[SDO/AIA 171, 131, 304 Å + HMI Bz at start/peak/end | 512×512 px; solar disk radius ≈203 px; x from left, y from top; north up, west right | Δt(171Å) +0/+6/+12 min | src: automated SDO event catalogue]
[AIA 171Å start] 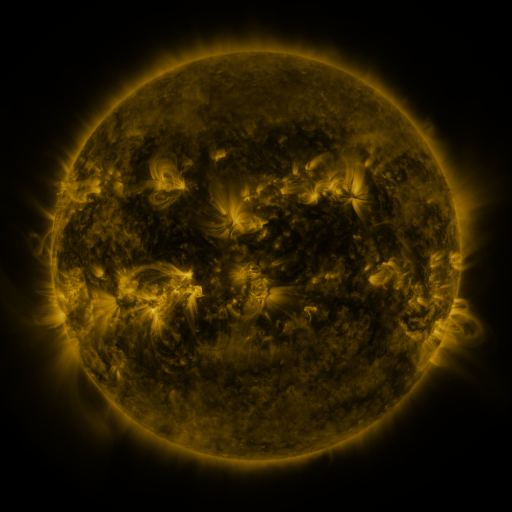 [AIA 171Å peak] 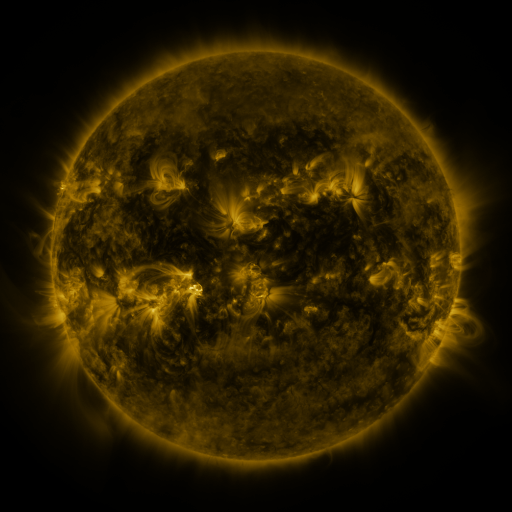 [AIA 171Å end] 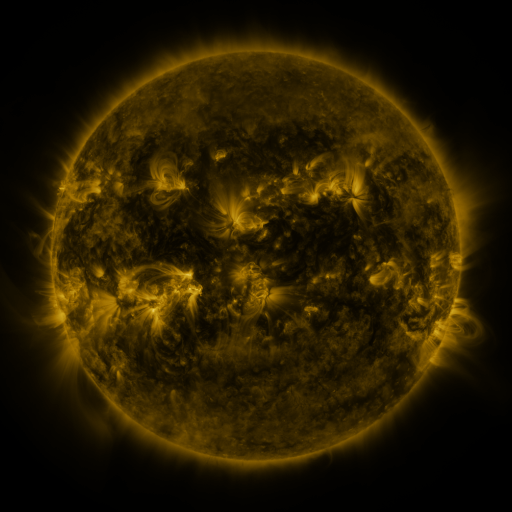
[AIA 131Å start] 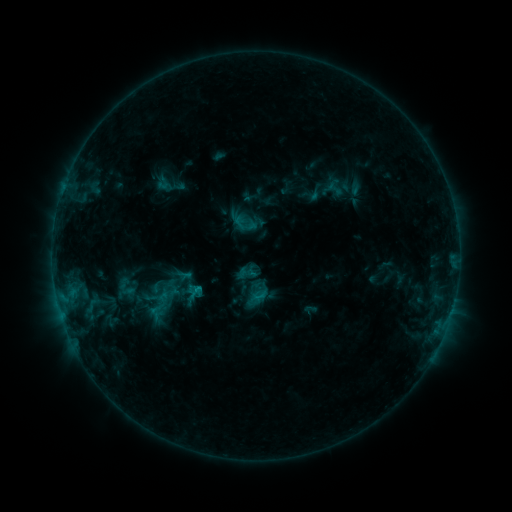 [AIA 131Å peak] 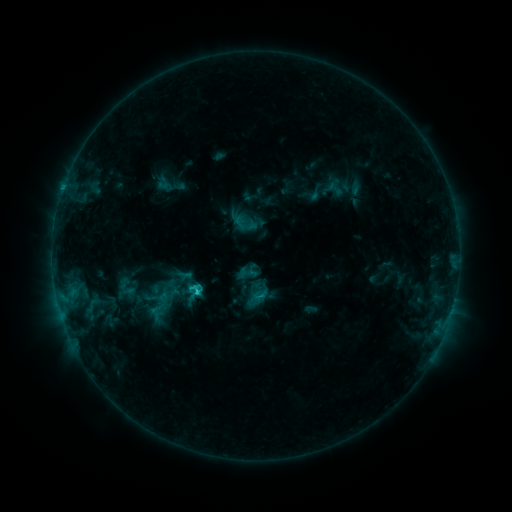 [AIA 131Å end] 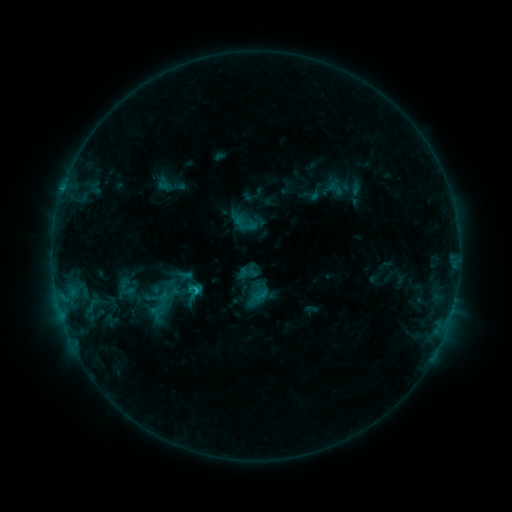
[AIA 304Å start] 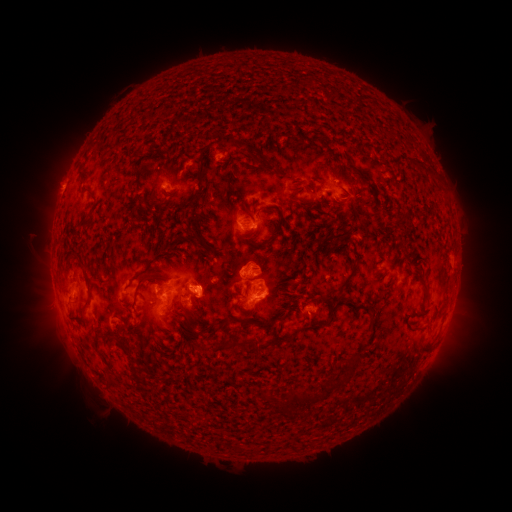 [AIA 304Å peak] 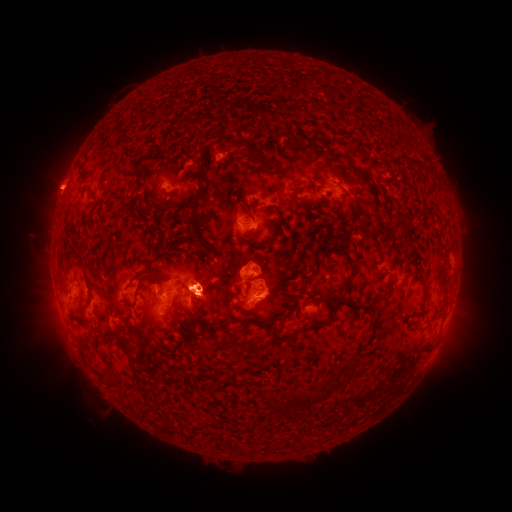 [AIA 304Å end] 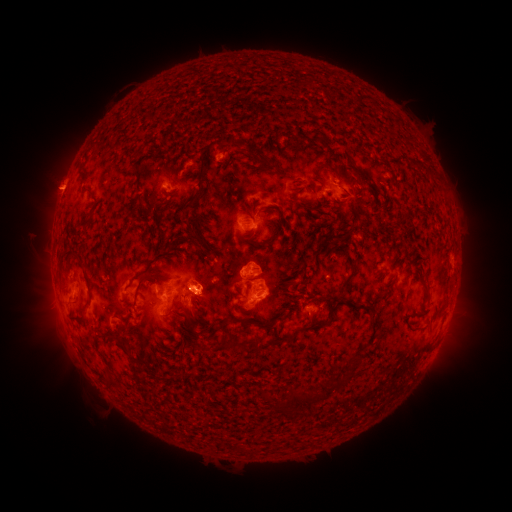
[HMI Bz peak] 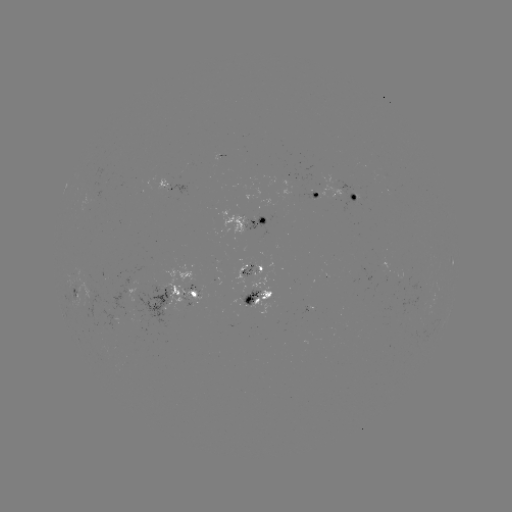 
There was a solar flare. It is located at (198, 290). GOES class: C1.6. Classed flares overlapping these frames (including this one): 1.